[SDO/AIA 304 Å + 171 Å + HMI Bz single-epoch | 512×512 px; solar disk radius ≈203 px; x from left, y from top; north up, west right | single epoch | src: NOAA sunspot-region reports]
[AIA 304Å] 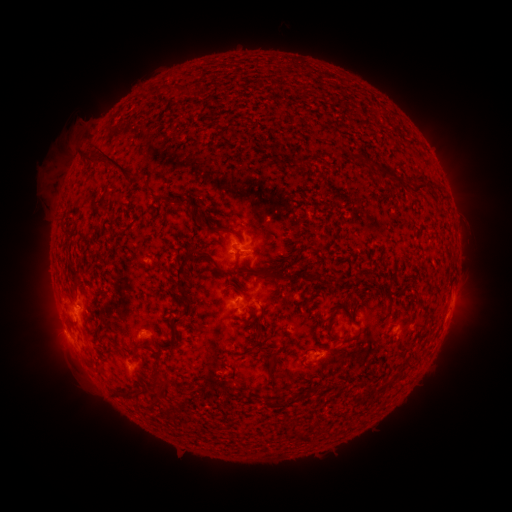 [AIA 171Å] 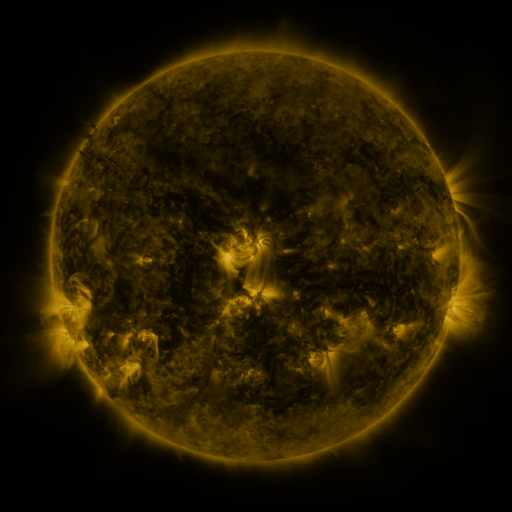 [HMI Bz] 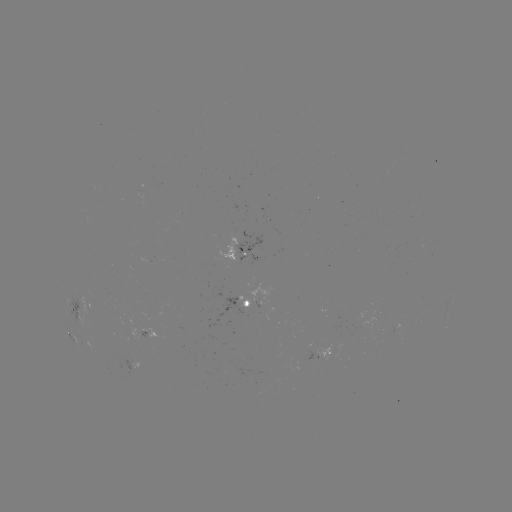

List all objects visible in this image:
spotted active region: (248, 253)
spotted active region: (252, 303)
spotted active region: (452, 304)
spotted active region: (77, 311)
spotted active region: (316, 357)
spotted active region: (140, 366)
